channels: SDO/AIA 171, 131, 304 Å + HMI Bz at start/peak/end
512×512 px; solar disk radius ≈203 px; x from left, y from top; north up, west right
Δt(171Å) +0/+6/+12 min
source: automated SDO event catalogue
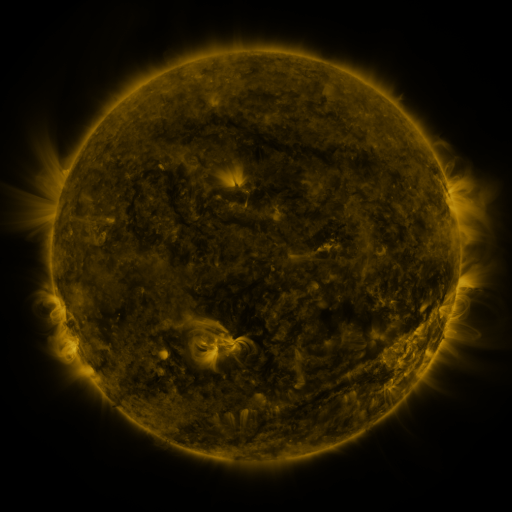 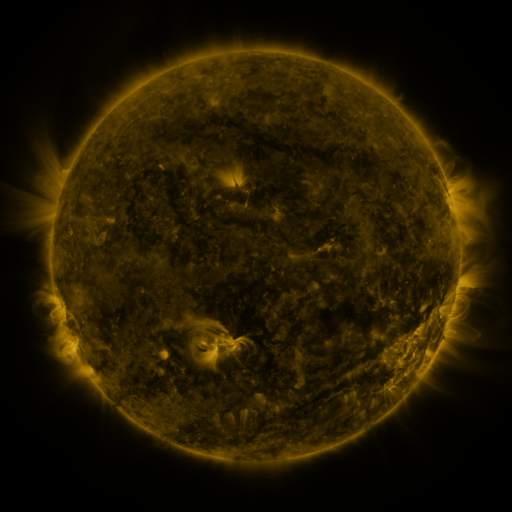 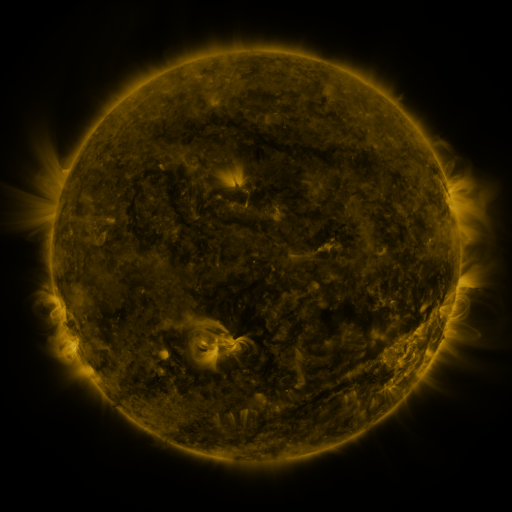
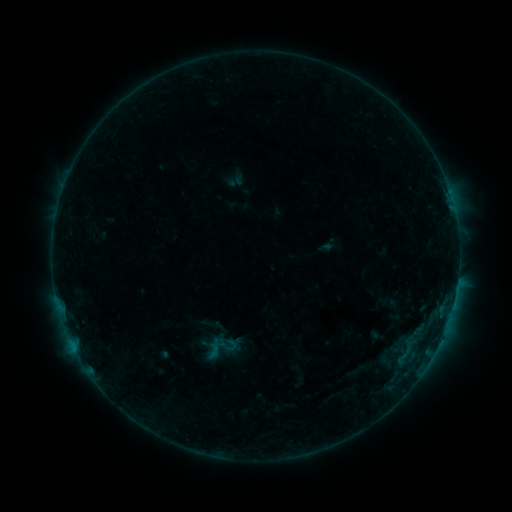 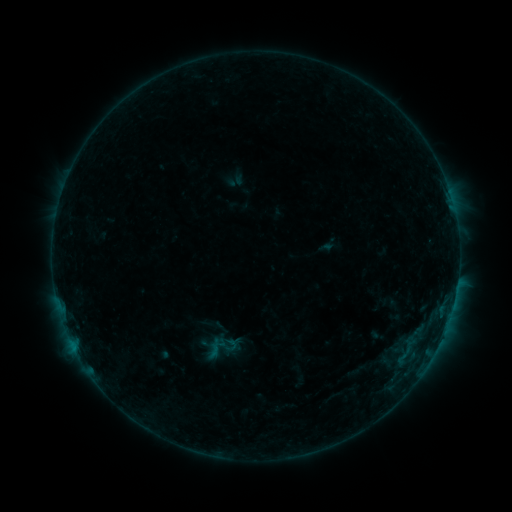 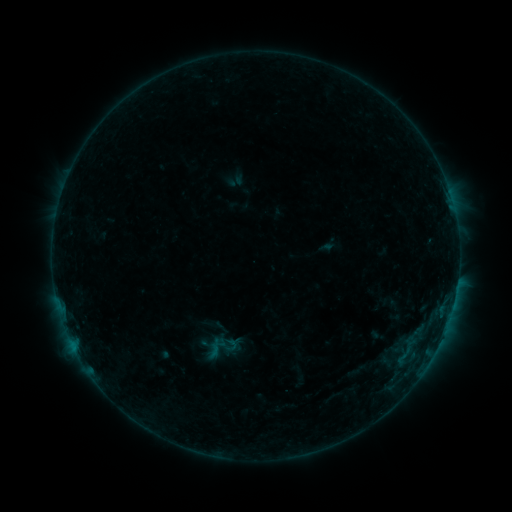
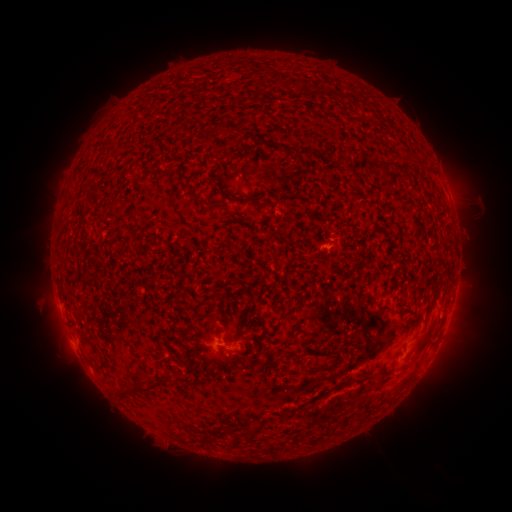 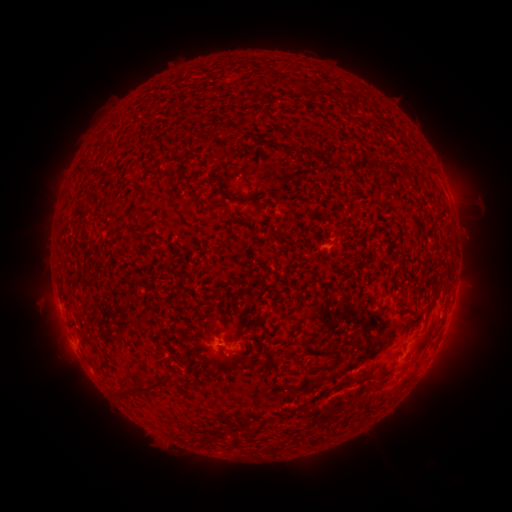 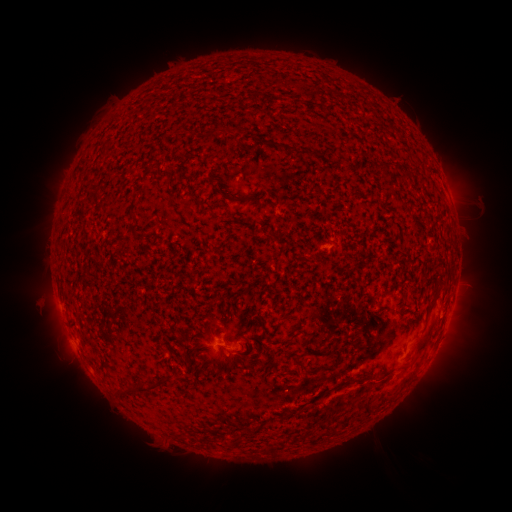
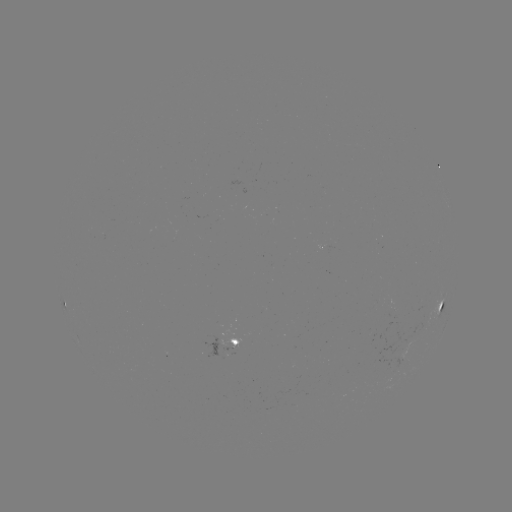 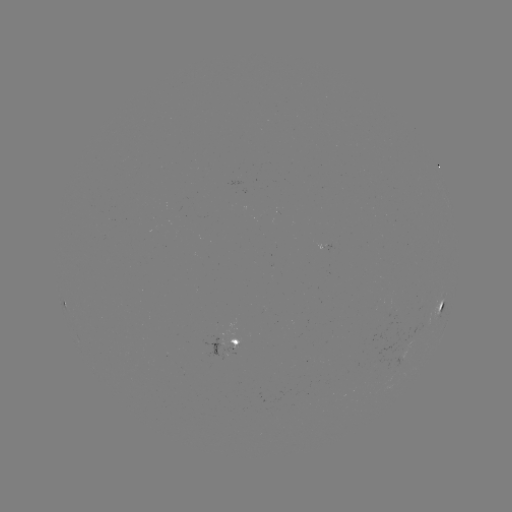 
no classed flare was catalogued and no EUV brightening was flagged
